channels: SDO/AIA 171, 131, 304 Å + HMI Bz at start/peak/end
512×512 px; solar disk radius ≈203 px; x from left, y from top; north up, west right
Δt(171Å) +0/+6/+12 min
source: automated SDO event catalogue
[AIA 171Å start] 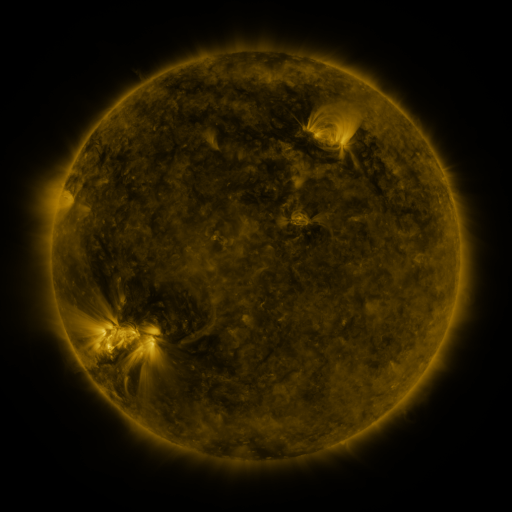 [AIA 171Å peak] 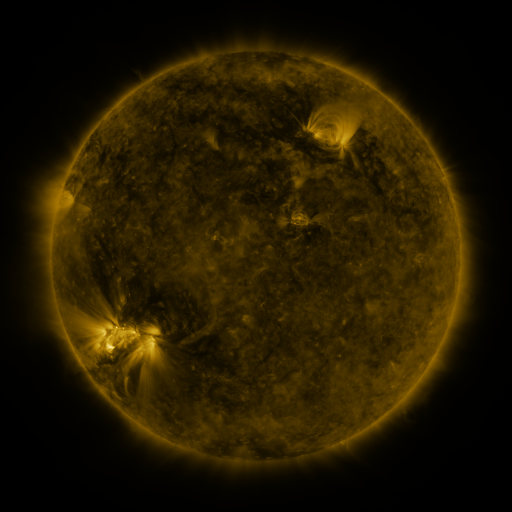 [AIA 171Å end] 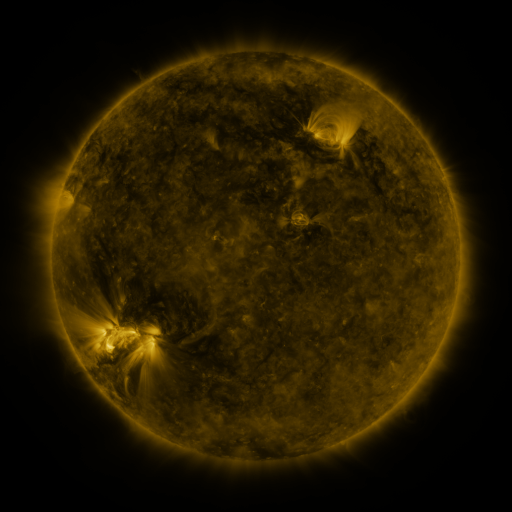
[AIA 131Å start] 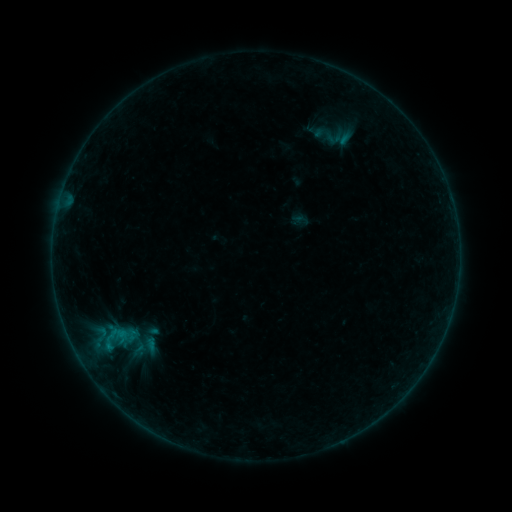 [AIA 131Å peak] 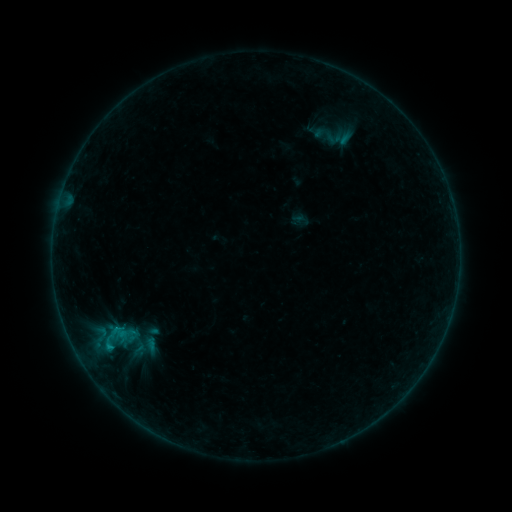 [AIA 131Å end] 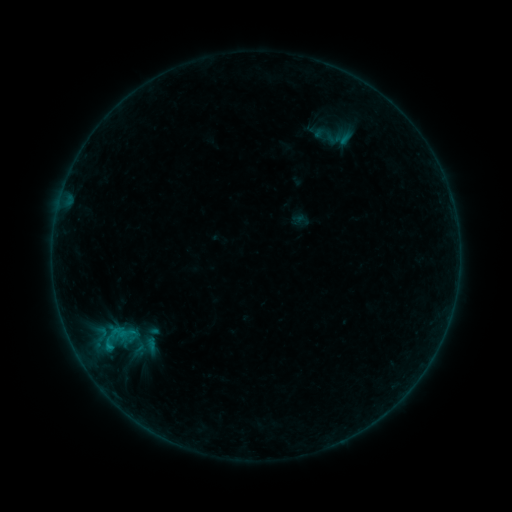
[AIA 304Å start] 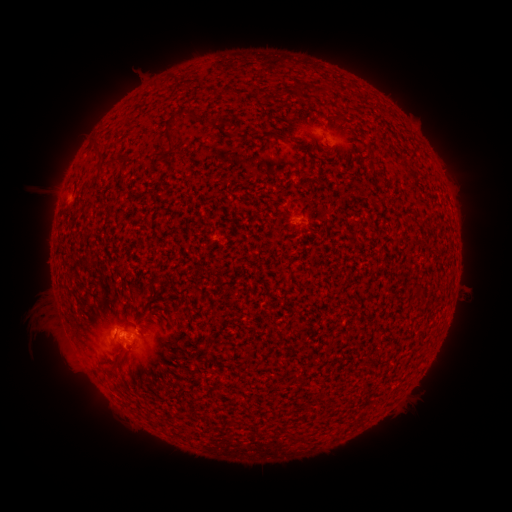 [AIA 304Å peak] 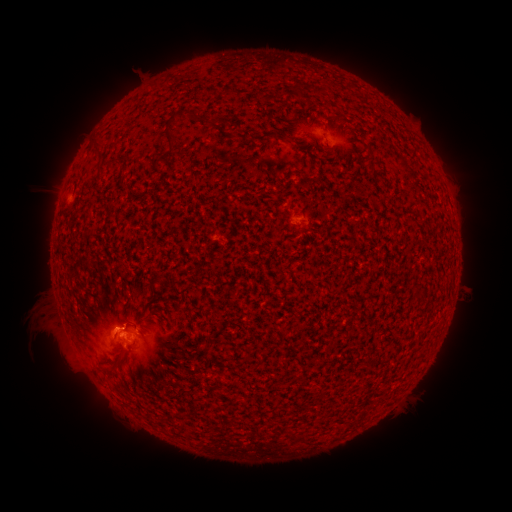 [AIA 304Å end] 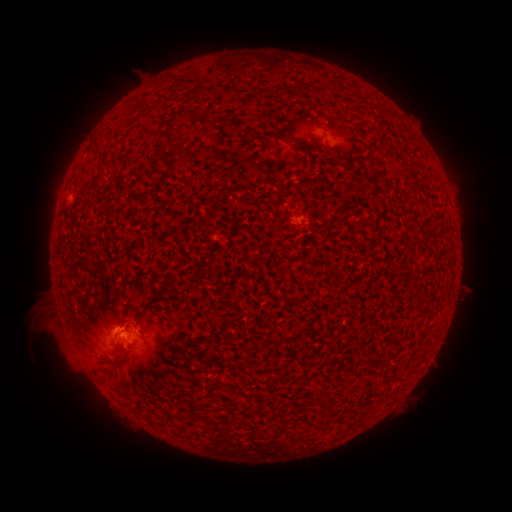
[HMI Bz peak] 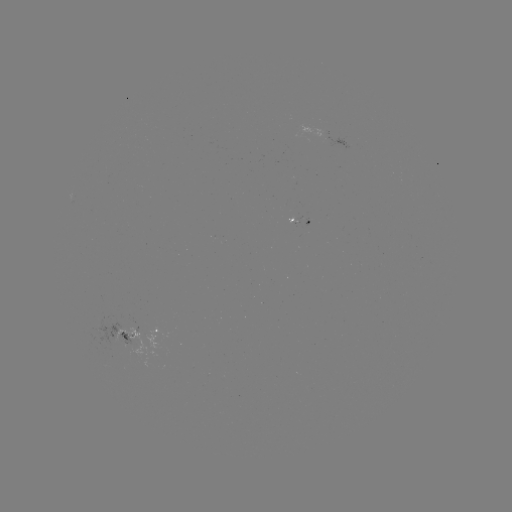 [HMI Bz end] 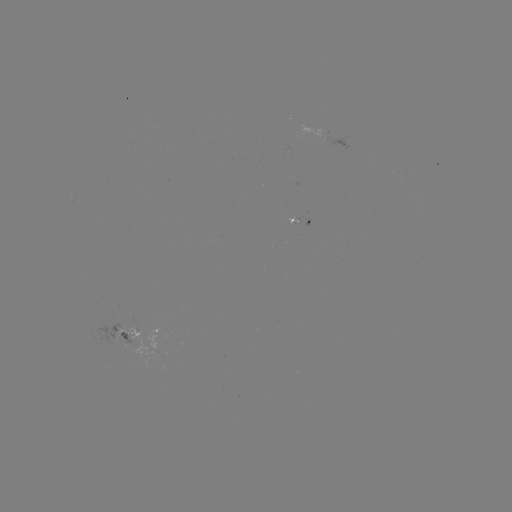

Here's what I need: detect B2.0 flare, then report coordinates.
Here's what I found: B2.0 flare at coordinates (109, 346).